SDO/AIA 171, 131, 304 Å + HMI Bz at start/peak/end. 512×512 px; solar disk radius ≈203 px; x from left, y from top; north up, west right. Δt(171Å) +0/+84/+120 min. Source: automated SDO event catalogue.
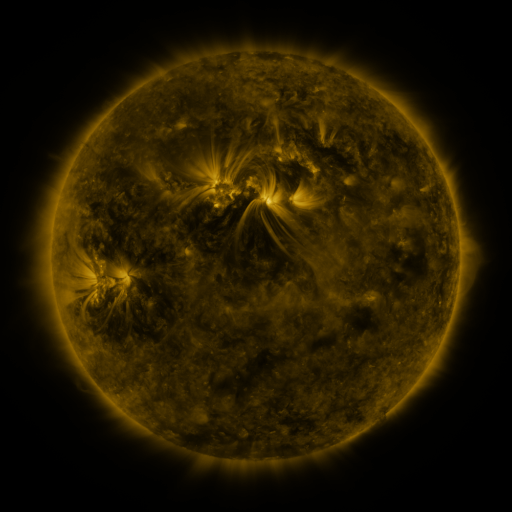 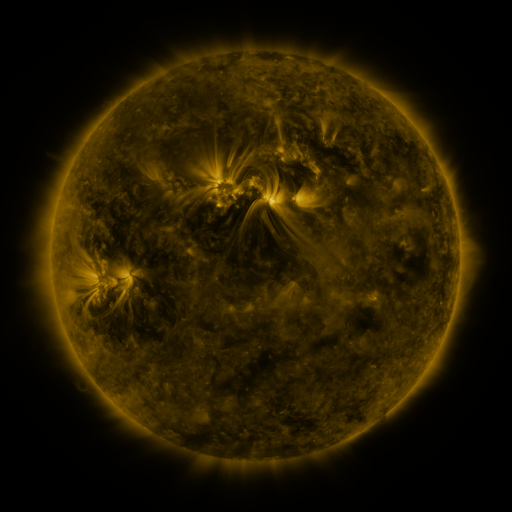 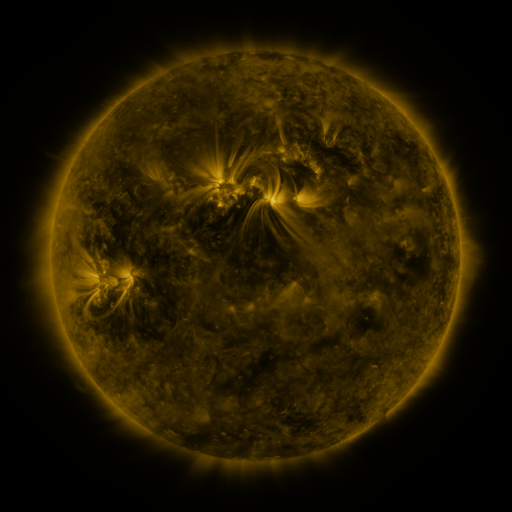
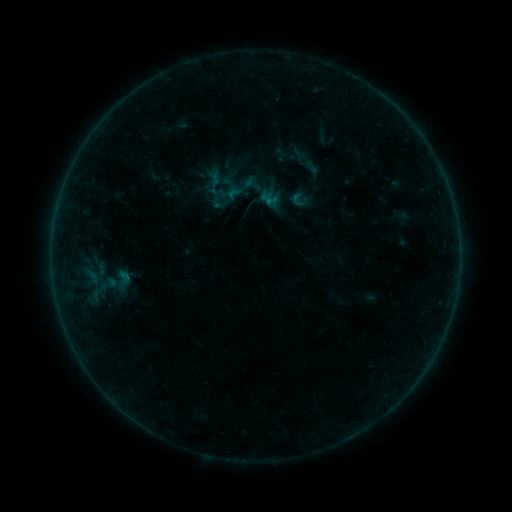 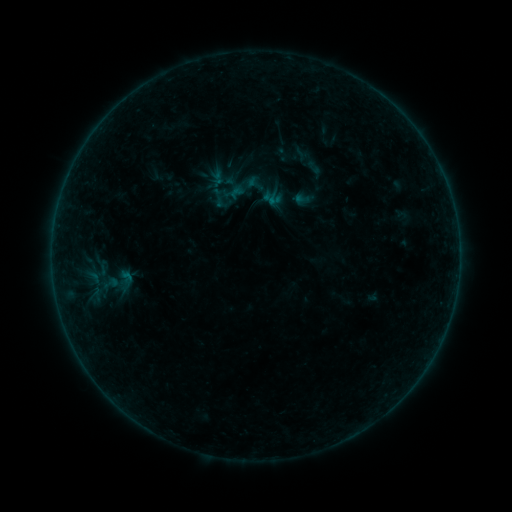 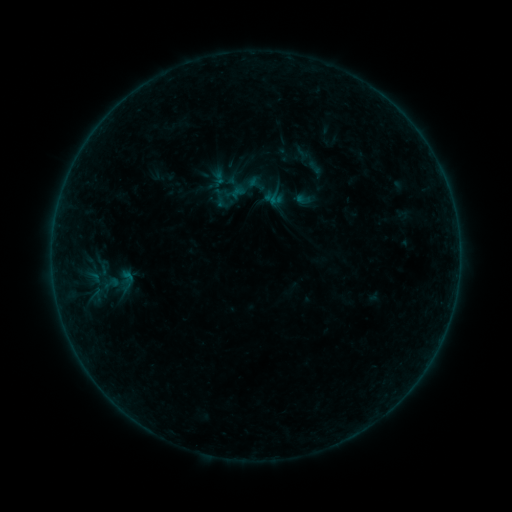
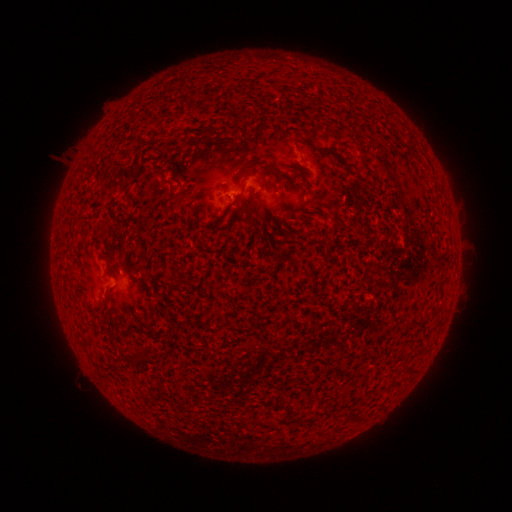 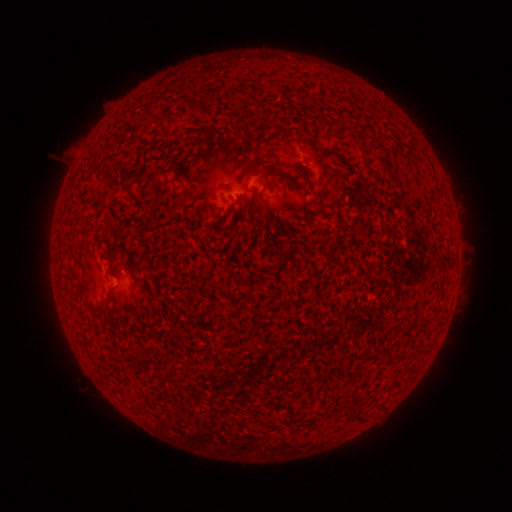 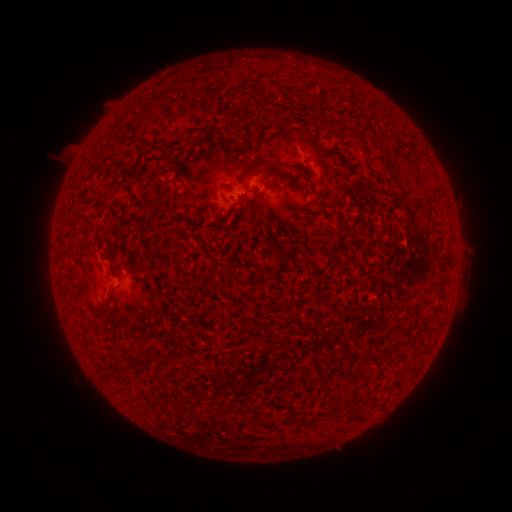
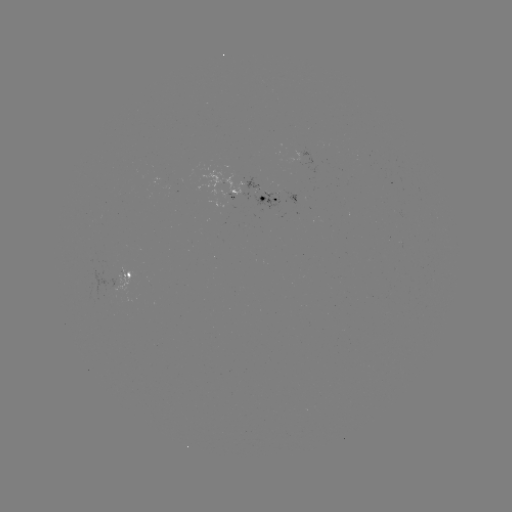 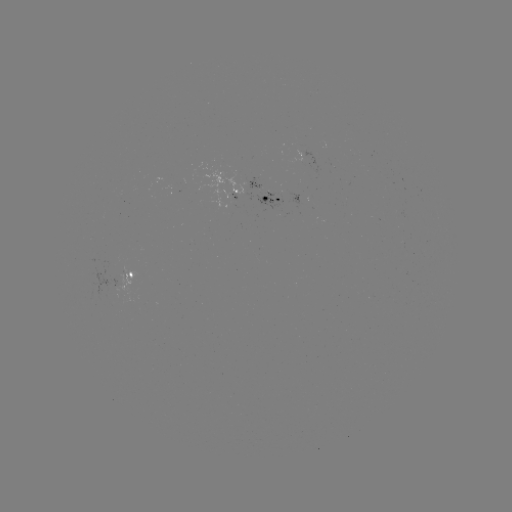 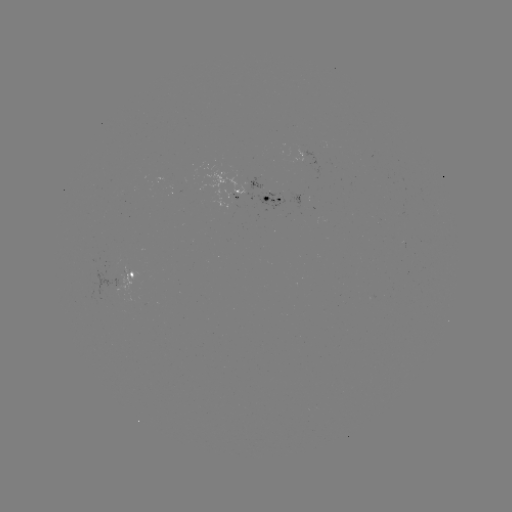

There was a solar emerging-flux region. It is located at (164, 179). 